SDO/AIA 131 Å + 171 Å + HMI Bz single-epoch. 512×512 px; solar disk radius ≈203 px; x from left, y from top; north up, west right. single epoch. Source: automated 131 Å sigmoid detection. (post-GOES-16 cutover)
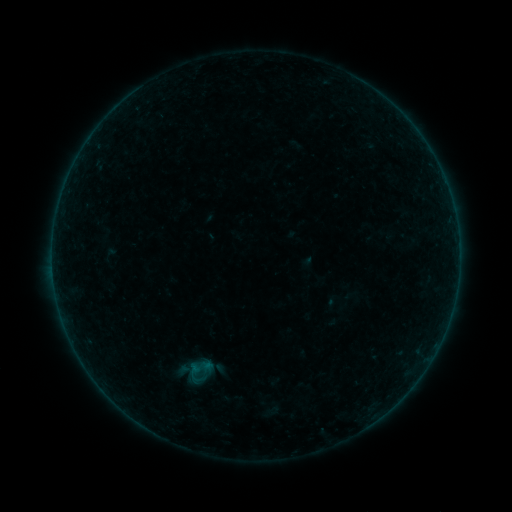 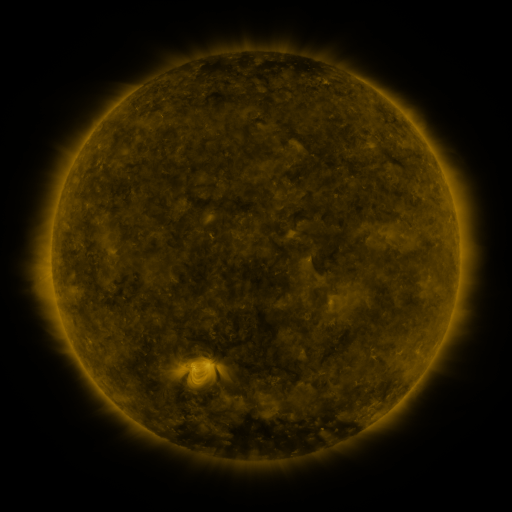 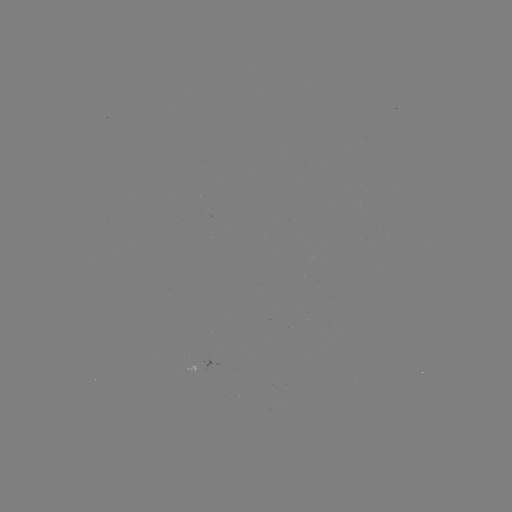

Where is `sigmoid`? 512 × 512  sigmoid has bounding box [174, 354, 221, 385].